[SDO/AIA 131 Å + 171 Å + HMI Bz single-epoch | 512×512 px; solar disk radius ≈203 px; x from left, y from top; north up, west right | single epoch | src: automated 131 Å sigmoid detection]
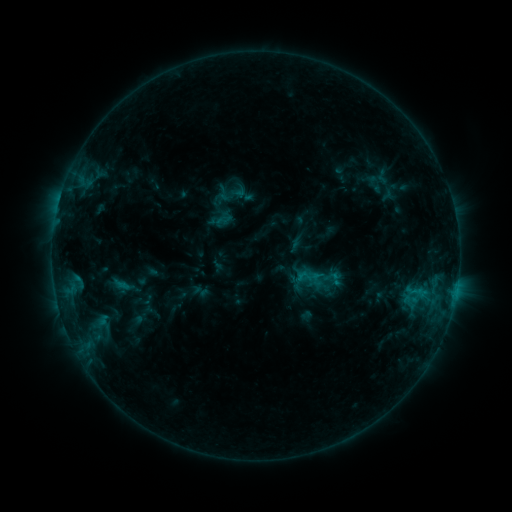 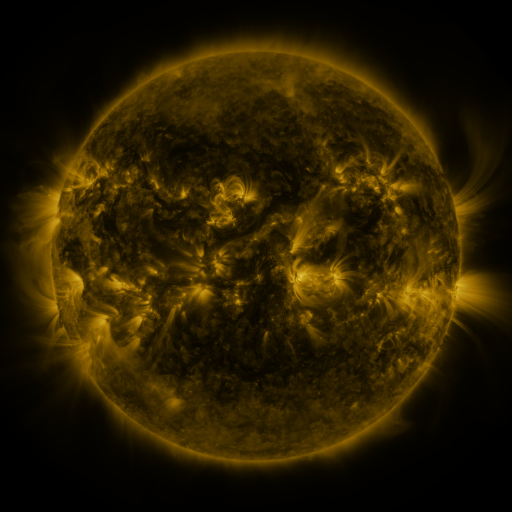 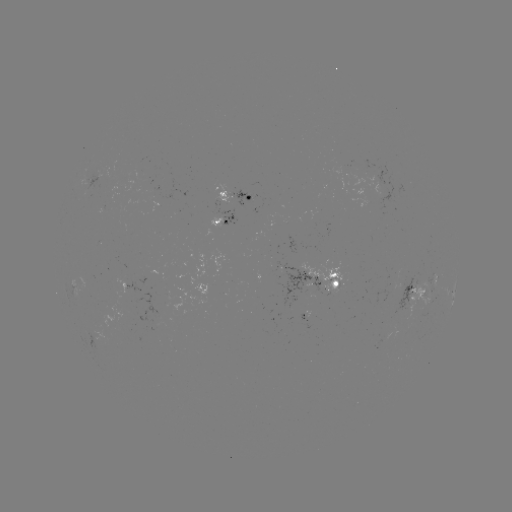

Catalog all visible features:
sigmoid: (214, 184, 232, 202)
